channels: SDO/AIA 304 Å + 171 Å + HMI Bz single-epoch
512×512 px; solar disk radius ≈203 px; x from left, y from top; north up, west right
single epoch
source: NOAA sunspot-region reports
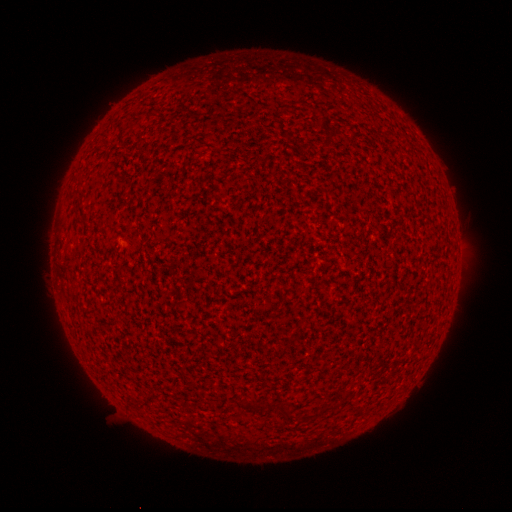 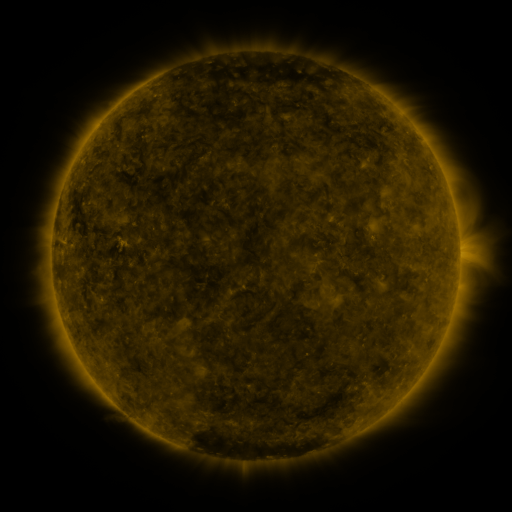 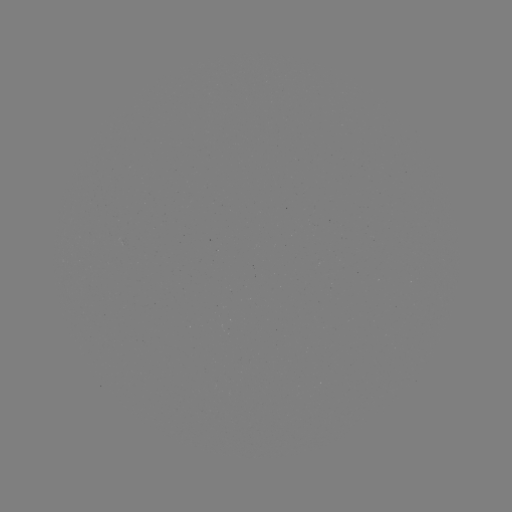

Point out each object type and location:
(none)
